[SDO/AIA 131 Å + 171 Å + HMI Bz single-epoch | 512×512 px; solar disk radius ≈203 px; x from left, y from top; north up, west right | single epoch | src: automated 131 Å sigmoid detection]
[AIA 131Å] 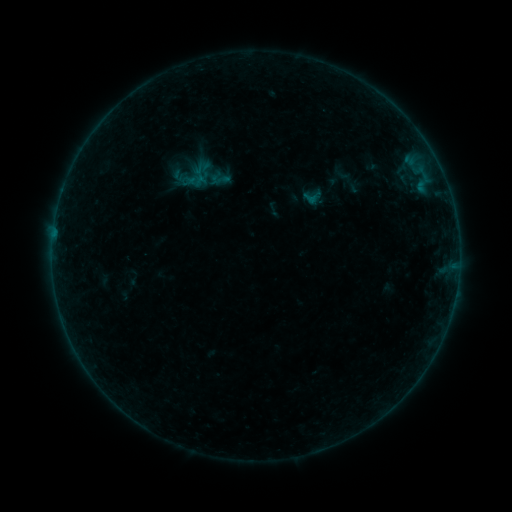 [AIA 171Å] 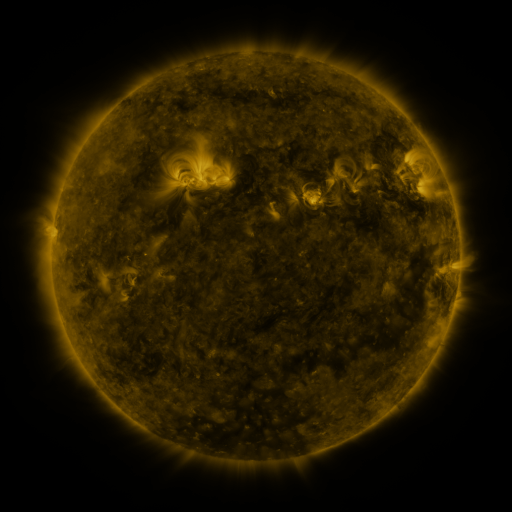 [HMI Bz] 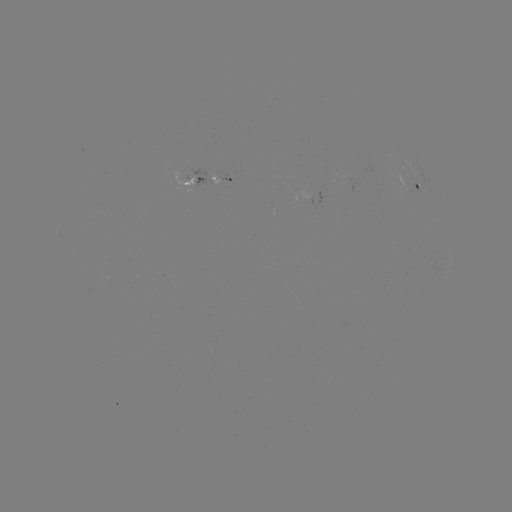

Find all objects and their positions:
sigmoid: (220, 179)
sigmoid: (311, 199)
